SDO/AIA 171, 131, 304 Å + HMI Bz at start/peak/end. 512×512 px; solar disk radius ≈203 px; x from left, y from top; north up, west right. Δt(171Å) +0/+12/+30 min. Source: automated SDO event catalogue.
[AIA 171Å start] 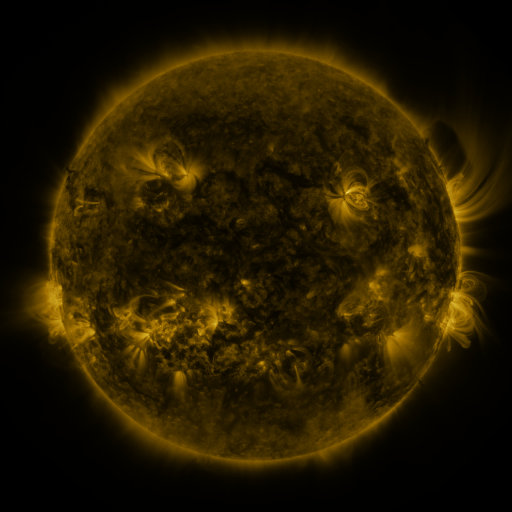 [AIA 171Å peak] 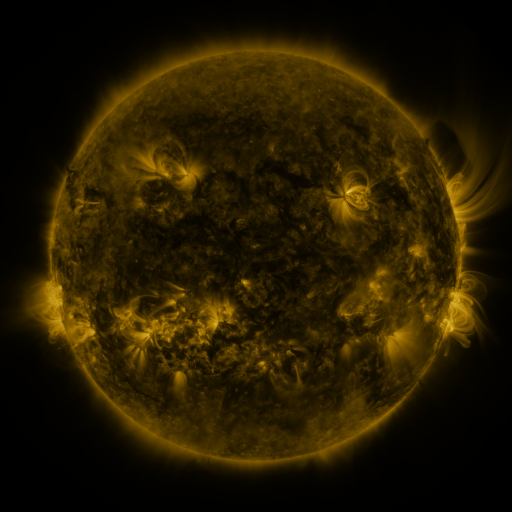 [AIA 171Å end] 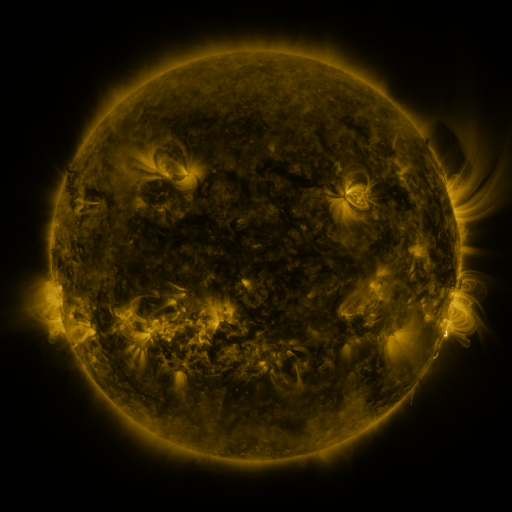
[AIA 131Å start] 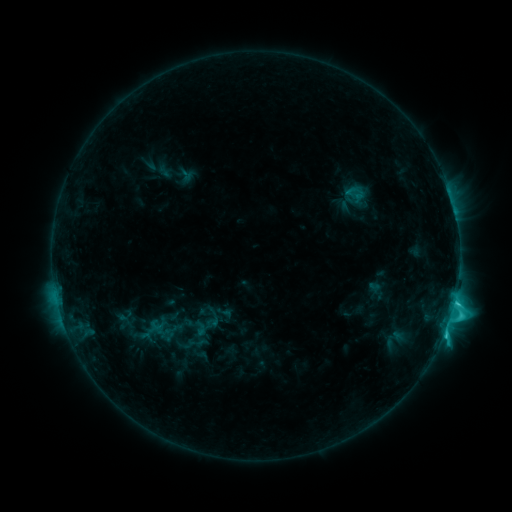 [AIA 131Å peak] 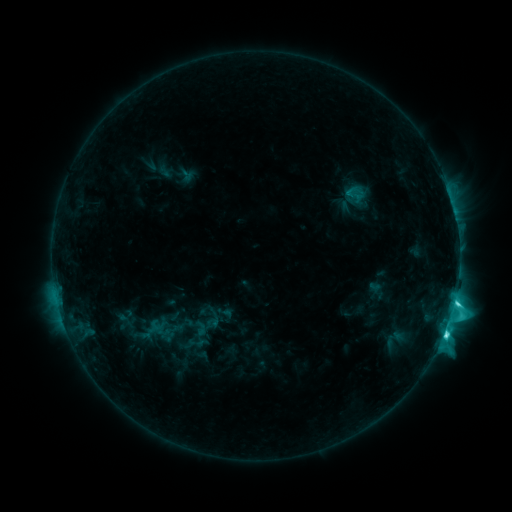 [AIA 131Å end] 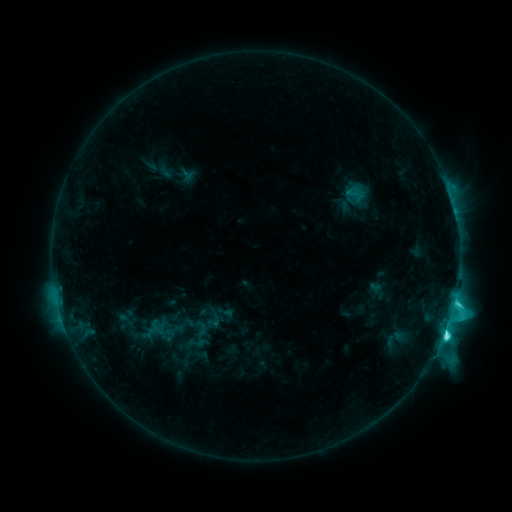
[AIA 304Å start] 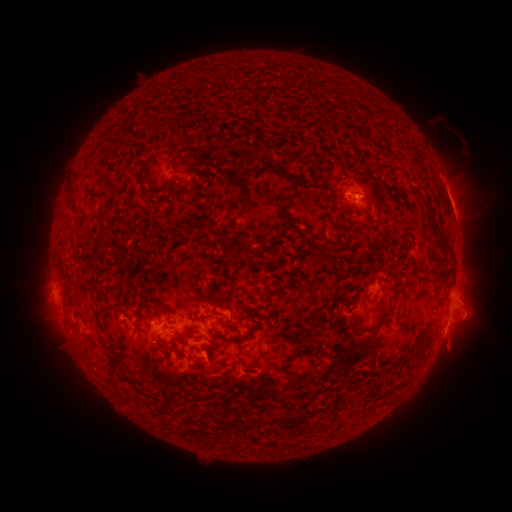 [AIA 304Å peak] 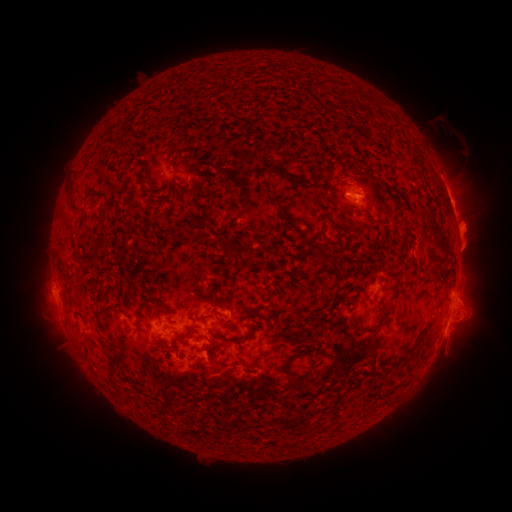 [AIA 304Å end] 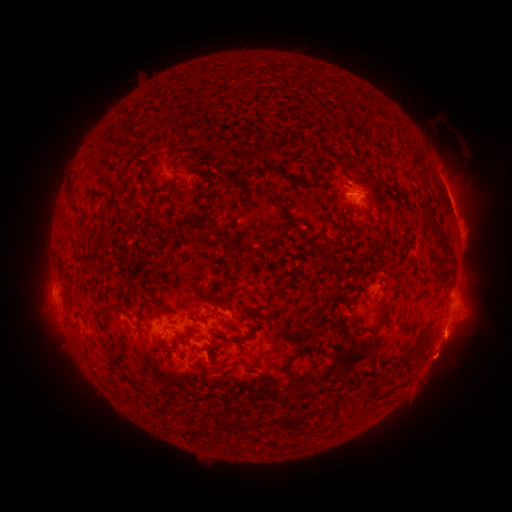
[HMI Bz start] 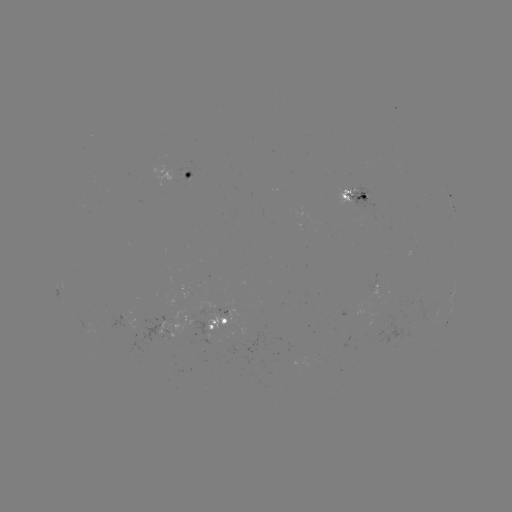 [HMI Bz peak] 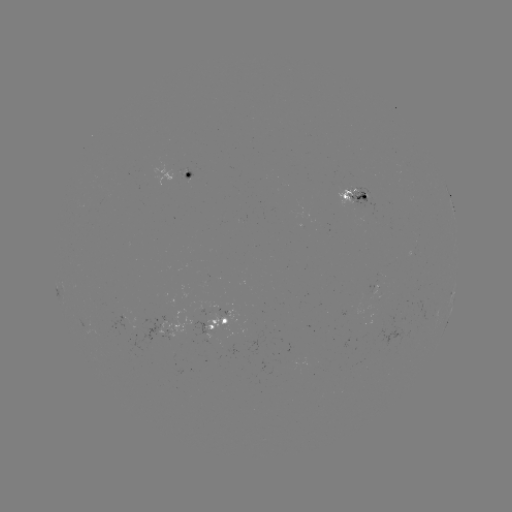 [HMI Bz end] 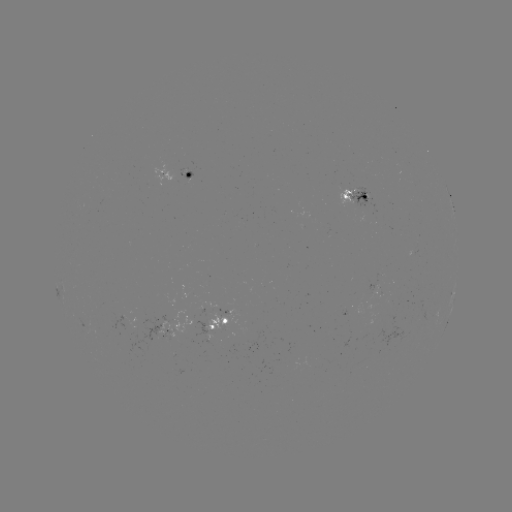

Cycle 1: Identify eruption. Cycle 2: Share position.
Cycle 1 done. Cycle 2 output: (470, 237).